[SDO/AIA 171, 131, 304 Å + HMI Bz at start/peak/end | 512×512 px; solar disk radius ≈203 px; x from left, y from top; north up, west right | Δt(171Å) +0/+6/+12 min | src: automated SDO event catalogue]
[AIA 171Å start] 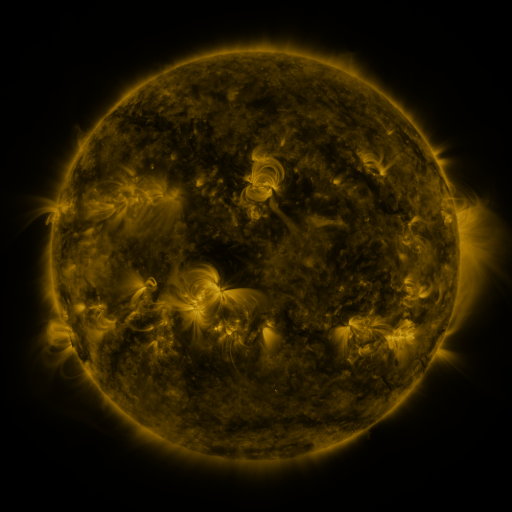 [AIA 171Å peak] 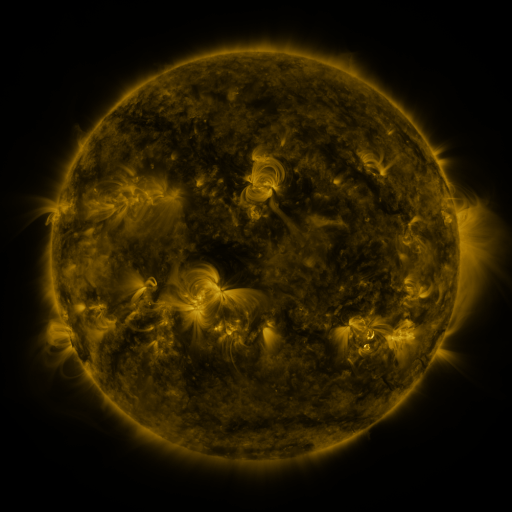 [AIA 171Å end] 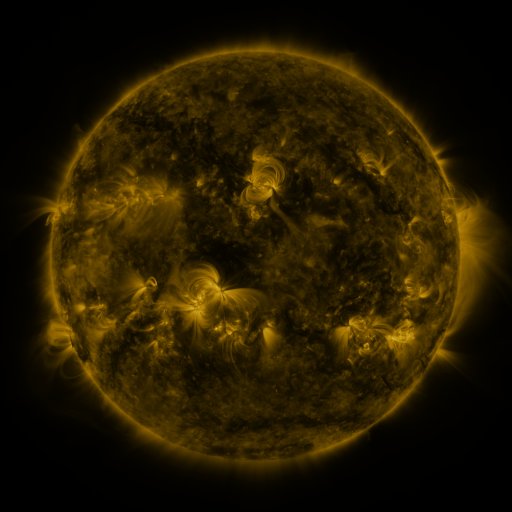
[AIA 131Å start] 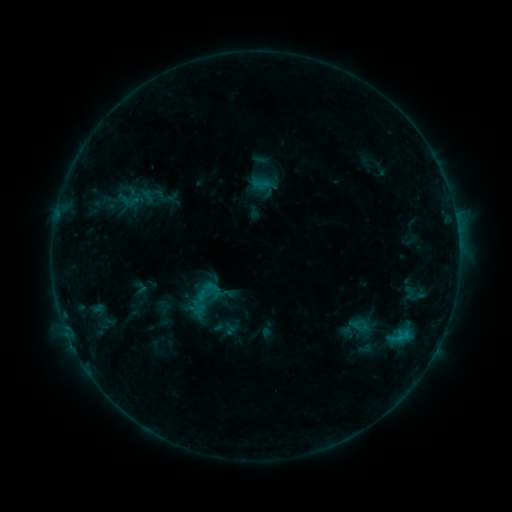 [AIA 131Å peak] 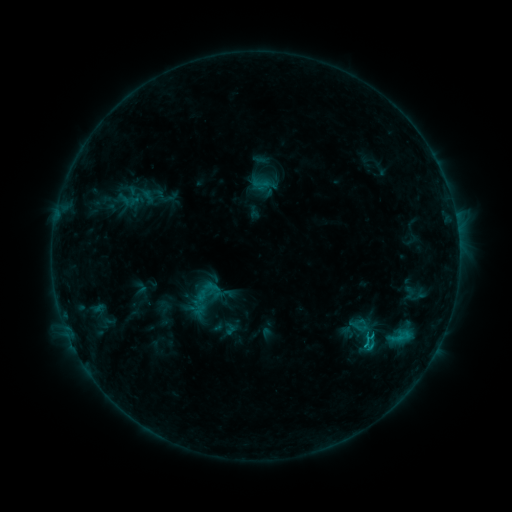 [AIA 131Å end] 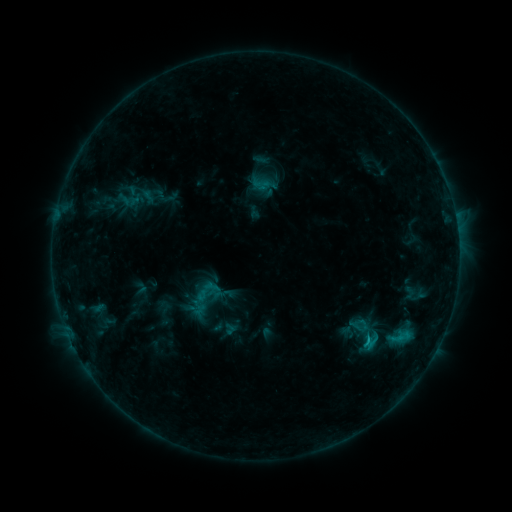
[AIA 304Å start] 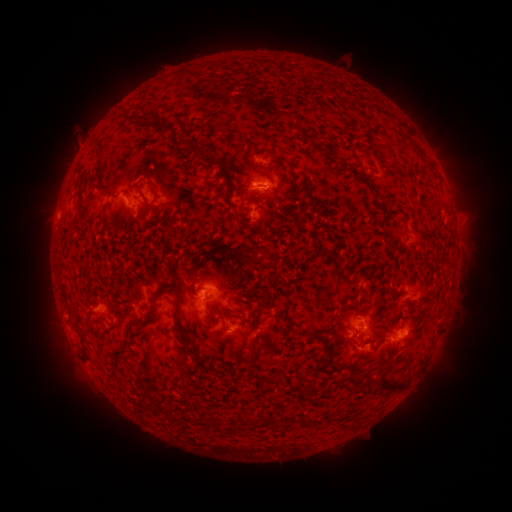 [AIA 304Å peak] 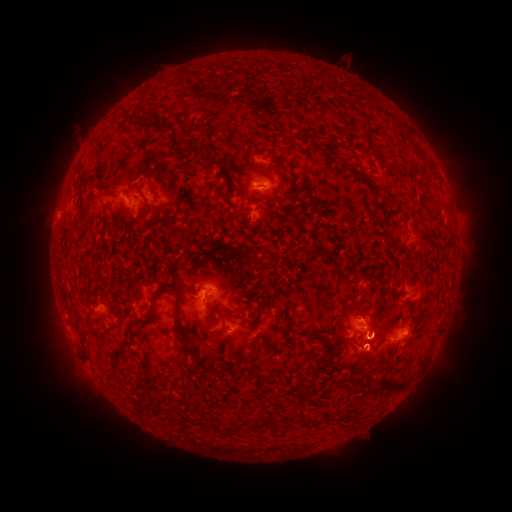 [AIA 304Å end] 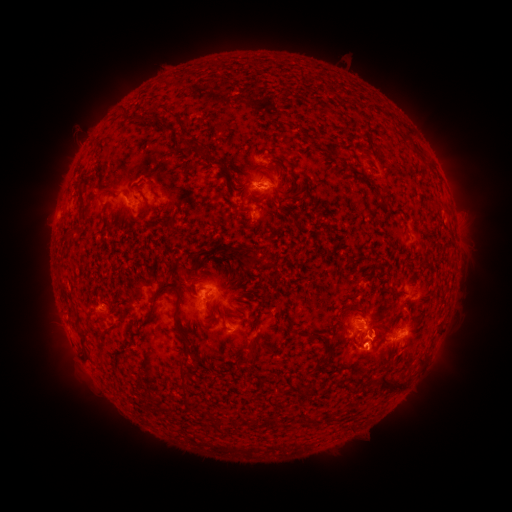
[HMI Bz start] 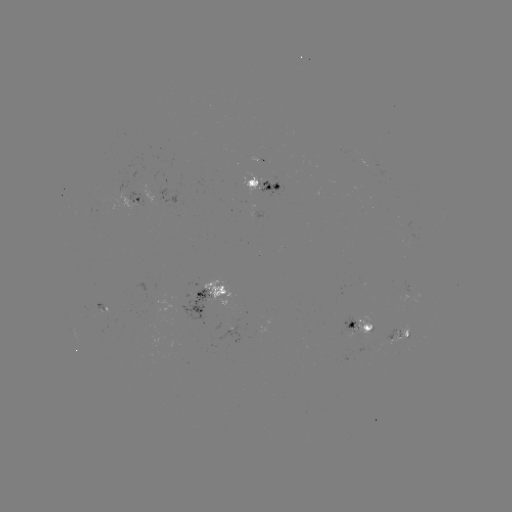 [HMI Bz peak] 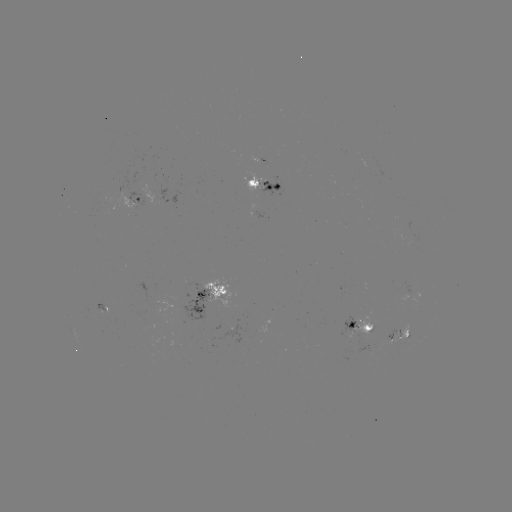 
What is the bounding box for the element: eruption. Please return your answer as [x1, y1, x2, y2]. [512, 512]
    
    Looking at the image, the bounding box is [334, 326, 390, 385].